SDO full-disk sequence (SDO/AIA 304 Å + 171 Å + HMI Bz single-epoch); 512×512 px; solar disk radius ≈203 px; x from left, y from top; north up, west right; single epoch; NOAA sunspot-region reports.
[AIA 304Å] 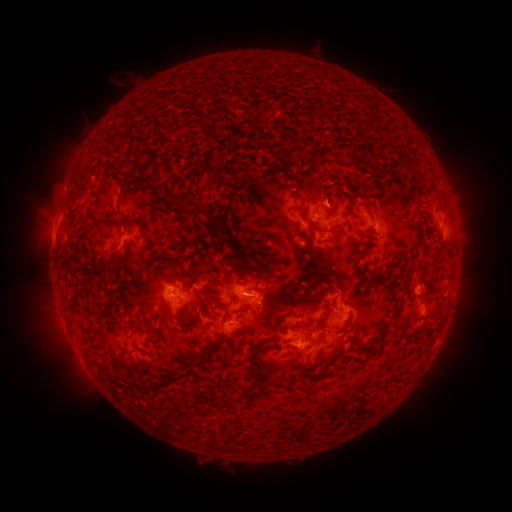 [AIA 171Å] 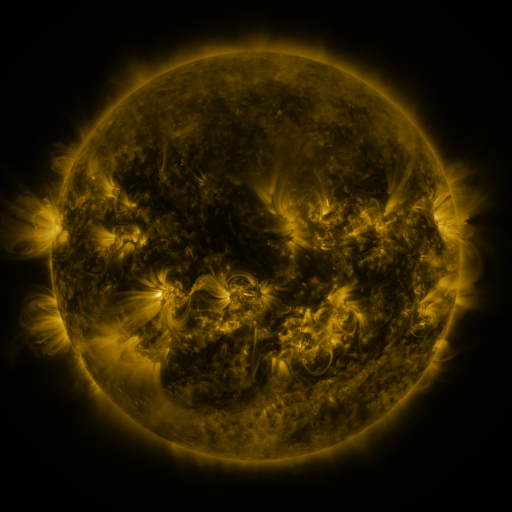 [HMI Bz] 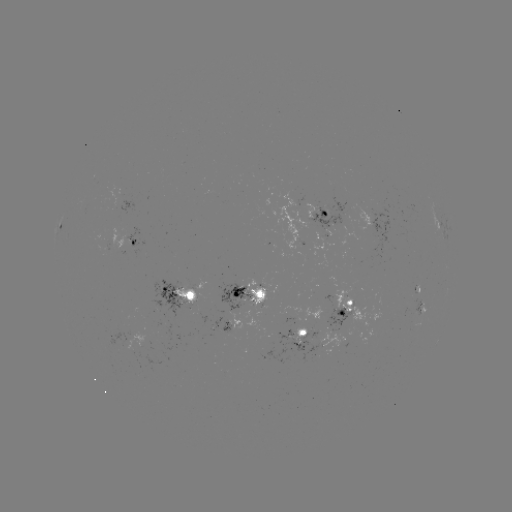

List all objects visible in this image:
spotted active region: (326, 214)
spotted active region: (60, 215)
spotted active region: (379, 226)
spotted active region: (128, 244)
spotted active region: (183, 295)
spotted active region: (248, 296)
spotted active region: (424, 308)
spotted active region: (349, 309)
spotted active region: (232, 324)
spotted active region: (417, 328)
spotted active region: (308, 336)
